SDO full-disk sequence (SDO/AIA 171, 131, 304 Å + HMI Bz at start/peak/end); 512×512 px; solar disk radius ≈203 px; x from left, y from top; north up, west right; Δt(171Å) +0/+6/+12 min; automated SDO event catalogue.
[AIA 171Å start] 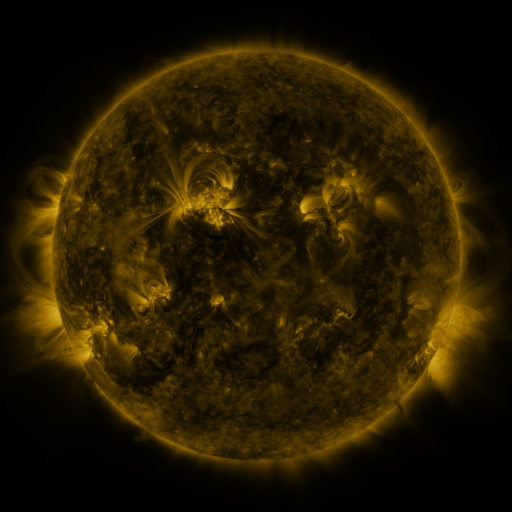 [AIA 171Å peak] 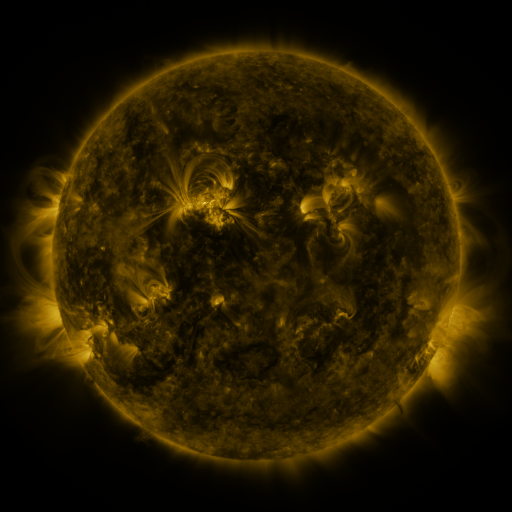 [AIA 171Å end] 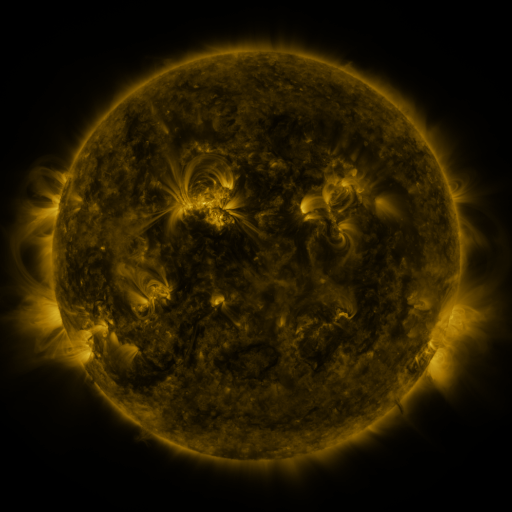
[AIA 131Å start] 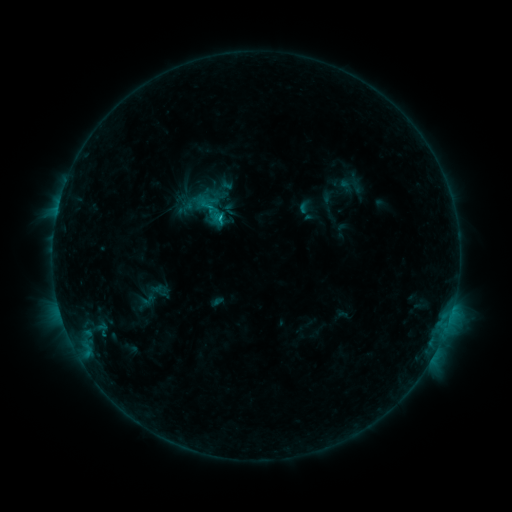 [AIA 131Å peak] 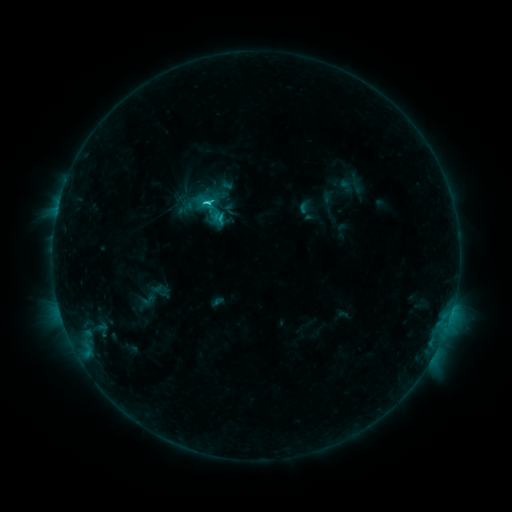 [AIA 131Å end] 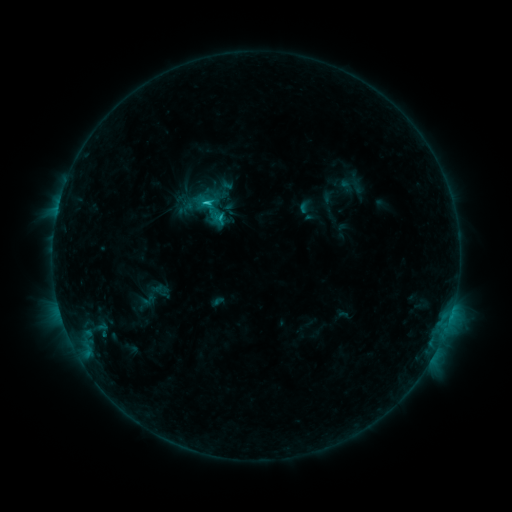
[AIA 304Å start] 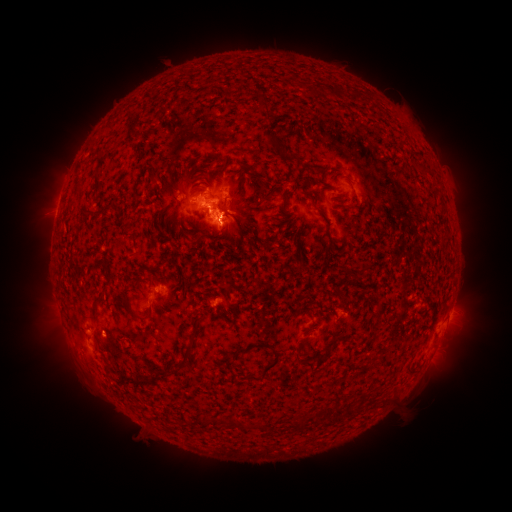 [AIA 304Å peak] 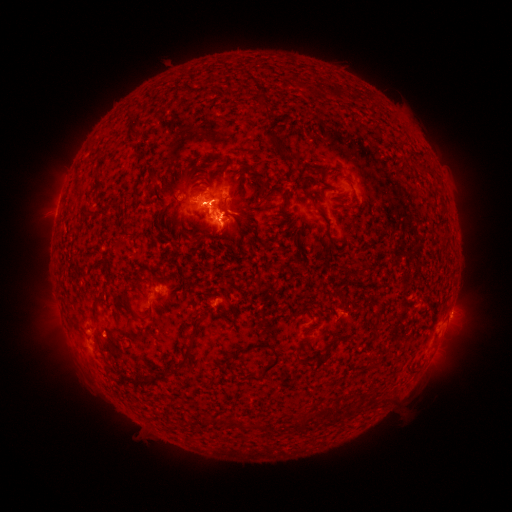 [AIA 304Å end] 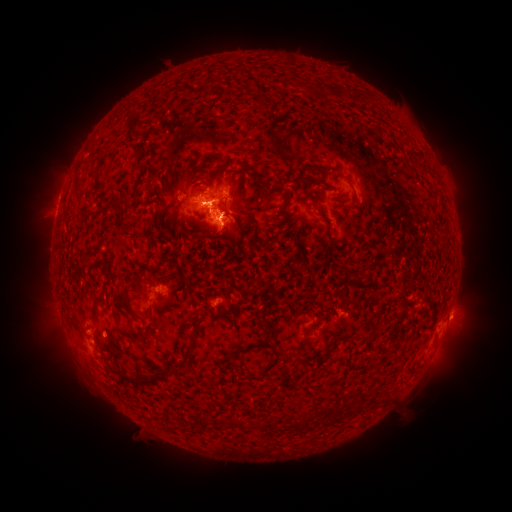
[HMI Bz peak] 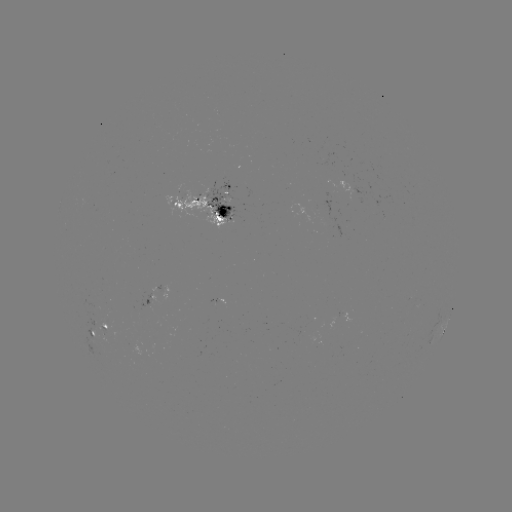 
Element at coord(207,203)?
C2.2 flare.